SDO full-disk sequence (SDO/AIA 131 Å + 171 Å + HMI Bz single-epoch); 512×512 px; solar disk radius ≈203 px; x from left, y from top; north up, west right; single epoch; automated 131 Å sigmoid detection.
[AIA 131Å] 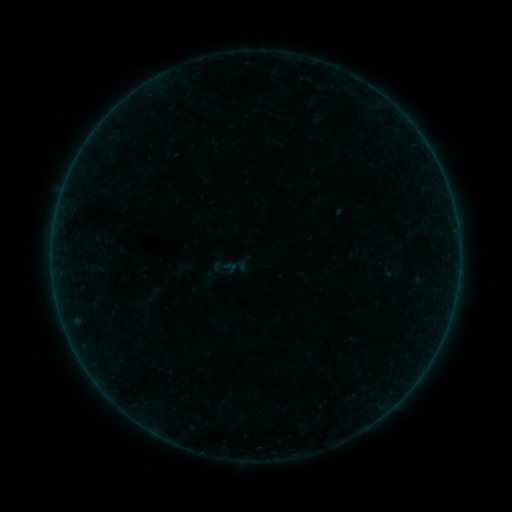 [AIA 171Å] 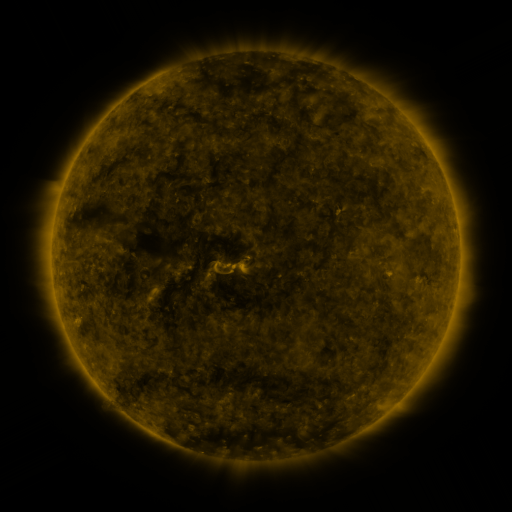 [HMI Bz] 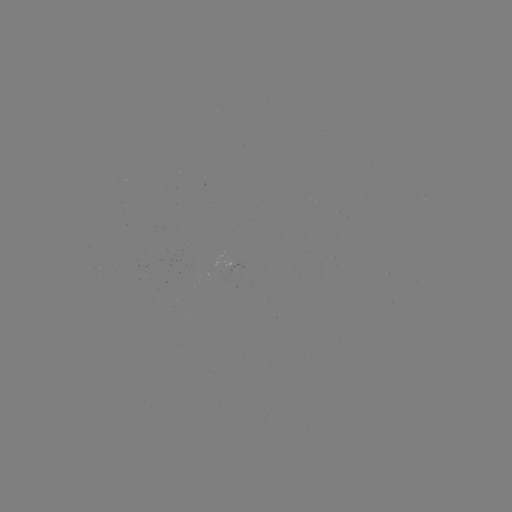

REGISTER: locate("sigmoid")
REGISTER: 152,295